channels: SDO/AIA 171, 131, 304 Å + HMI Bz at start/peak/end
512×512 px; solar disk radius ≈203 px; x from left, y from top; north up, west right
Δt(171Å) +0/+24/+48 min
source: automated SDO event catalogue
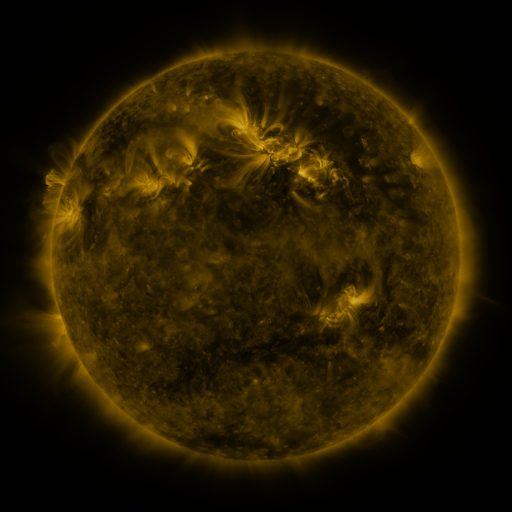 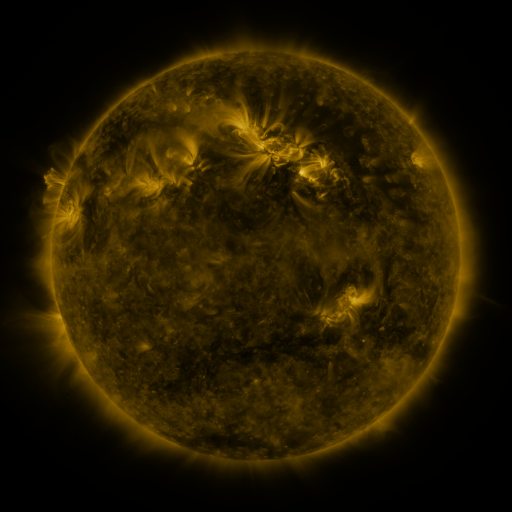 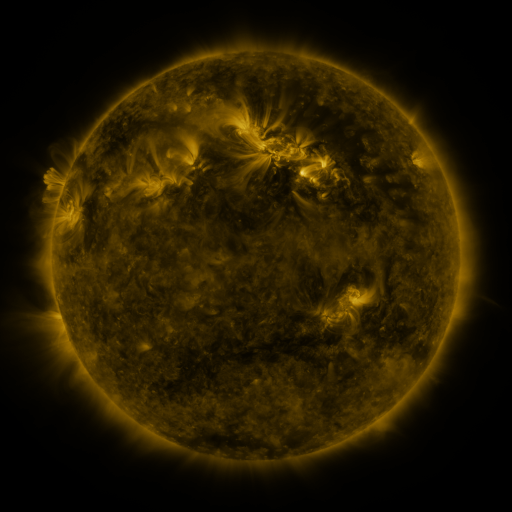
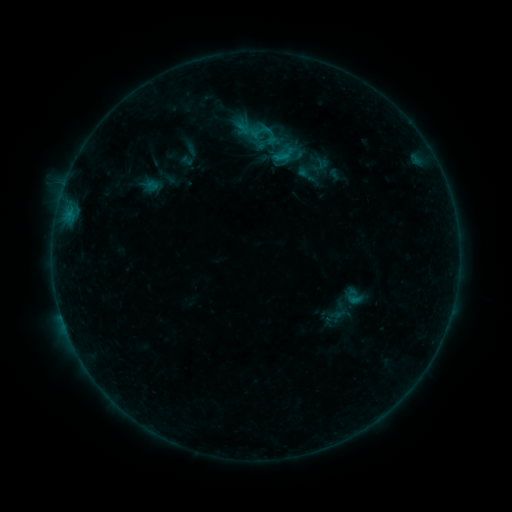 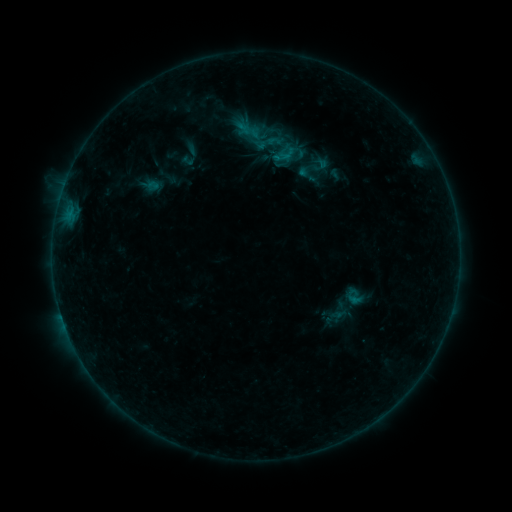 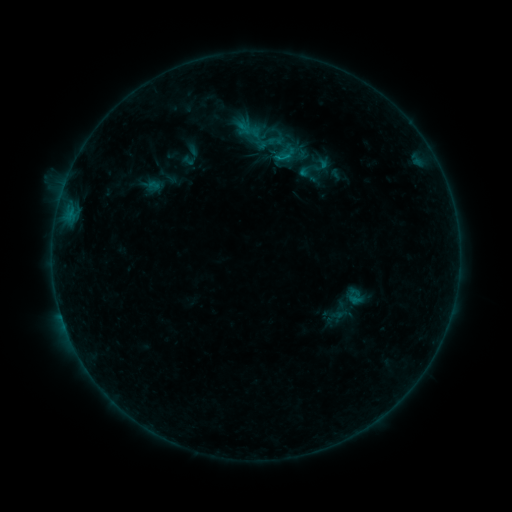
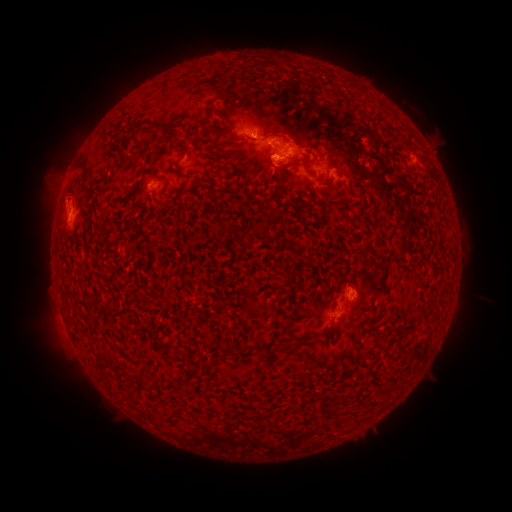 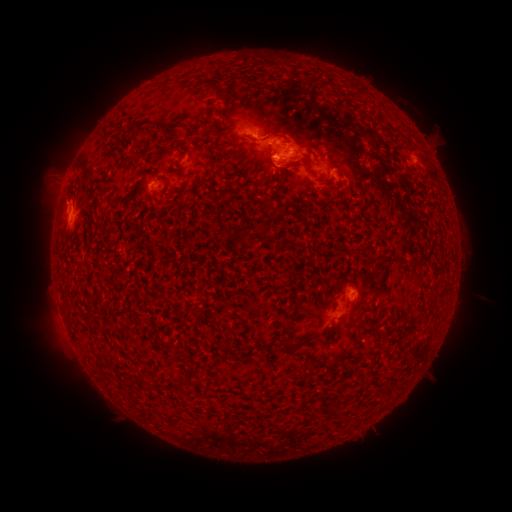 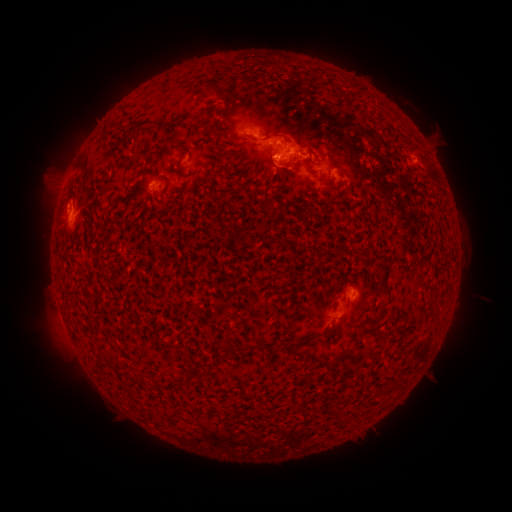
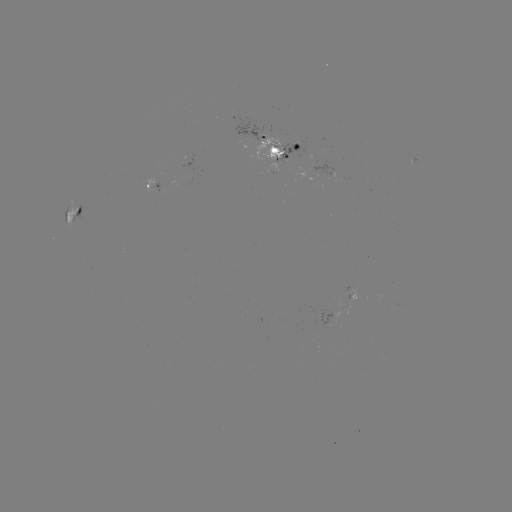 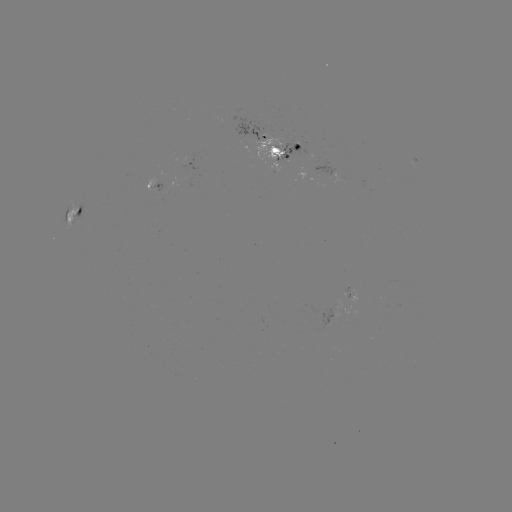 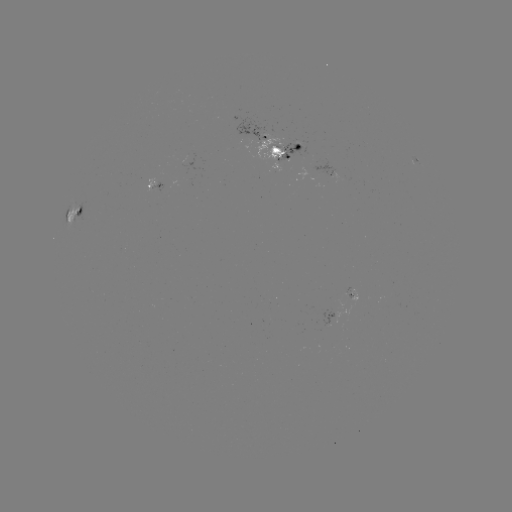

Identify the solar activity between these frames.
emerging-flux region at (258, 132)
